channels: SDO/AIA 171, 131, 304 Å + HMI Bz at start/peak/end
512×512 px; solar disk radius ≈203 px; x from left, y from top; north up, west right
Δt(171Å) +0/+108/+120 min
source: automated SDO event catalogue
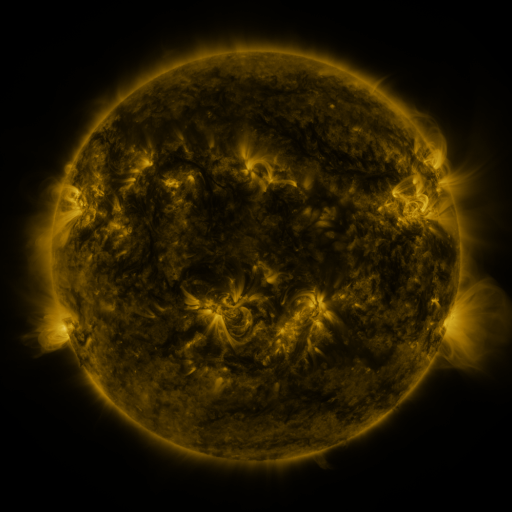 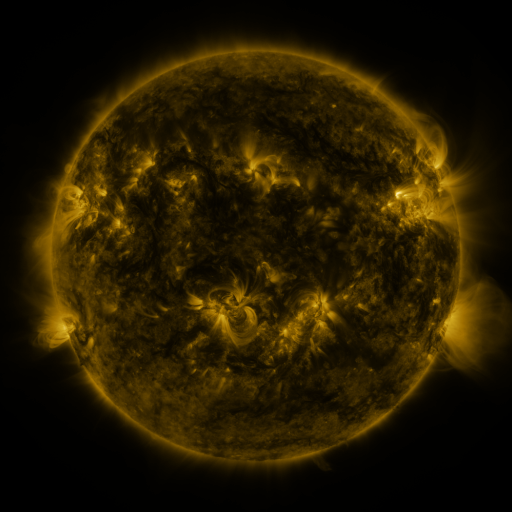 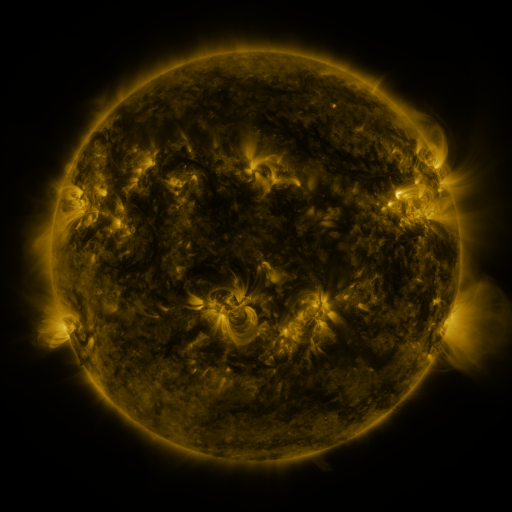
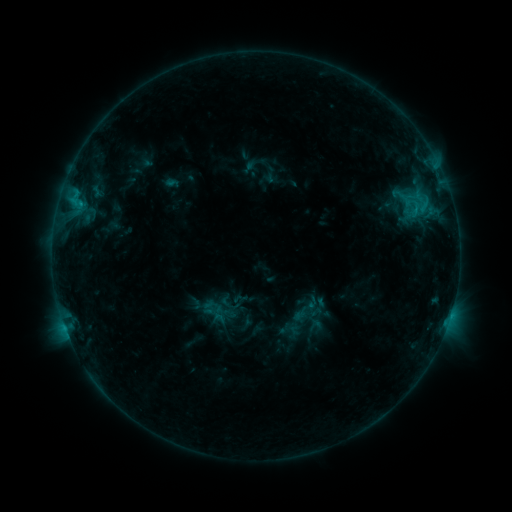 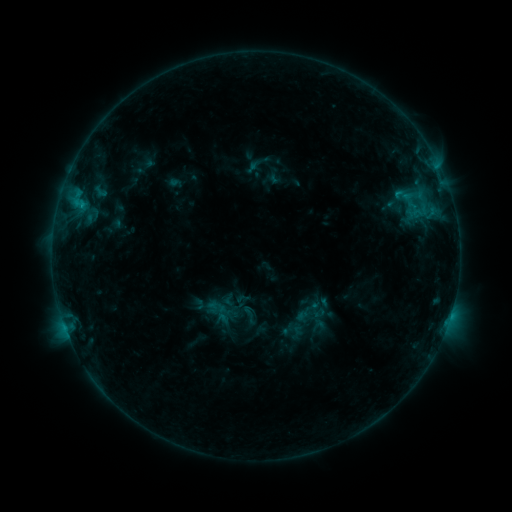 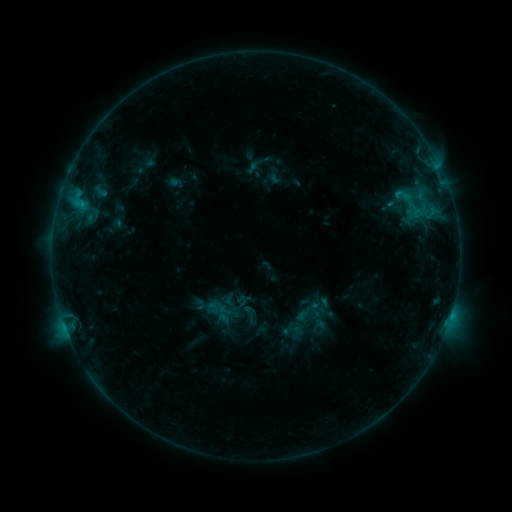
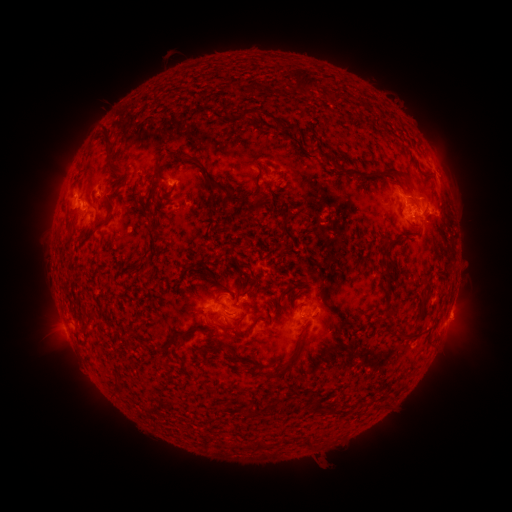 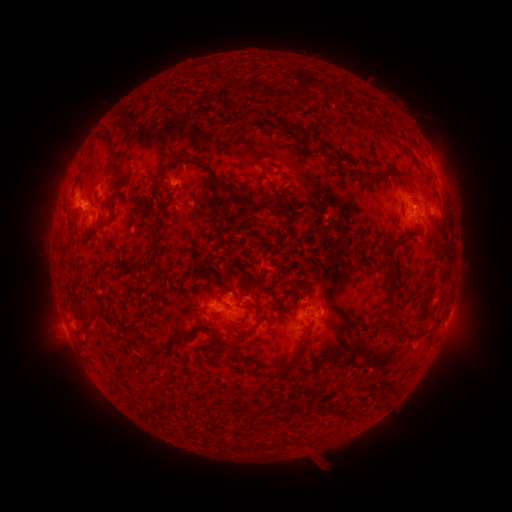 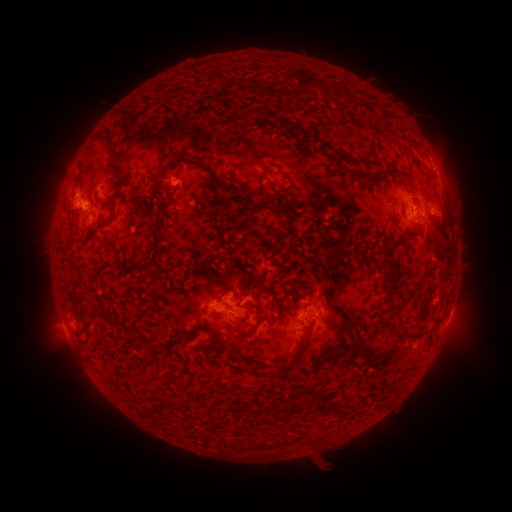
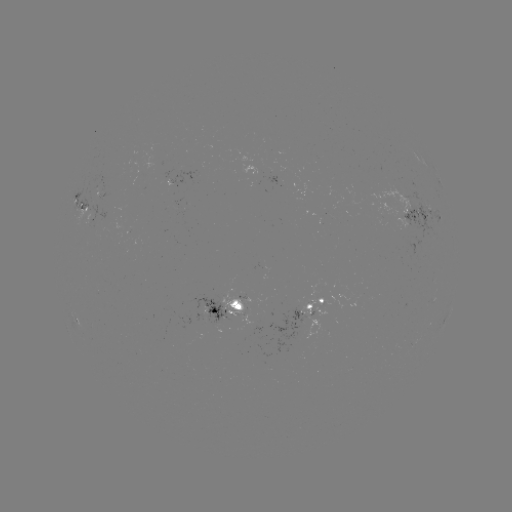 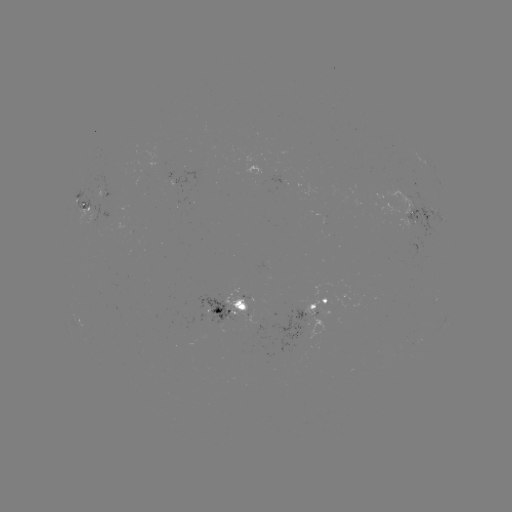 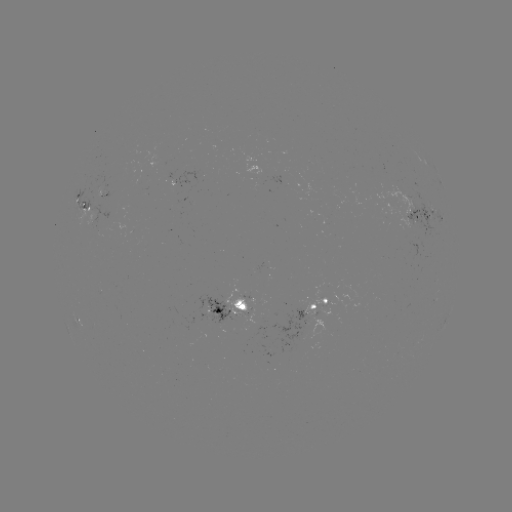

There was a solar emerging-flux region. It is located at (239, 311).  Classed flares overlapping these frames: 2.